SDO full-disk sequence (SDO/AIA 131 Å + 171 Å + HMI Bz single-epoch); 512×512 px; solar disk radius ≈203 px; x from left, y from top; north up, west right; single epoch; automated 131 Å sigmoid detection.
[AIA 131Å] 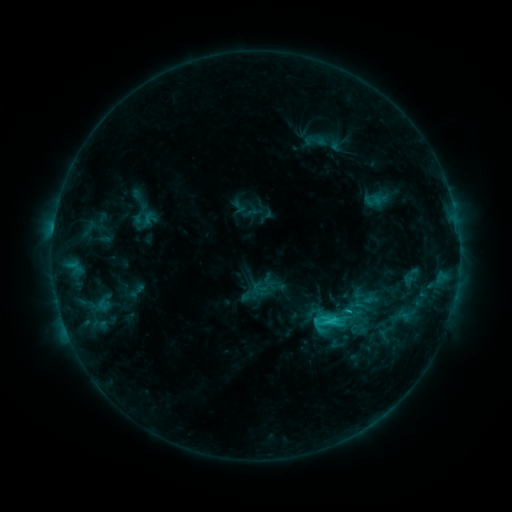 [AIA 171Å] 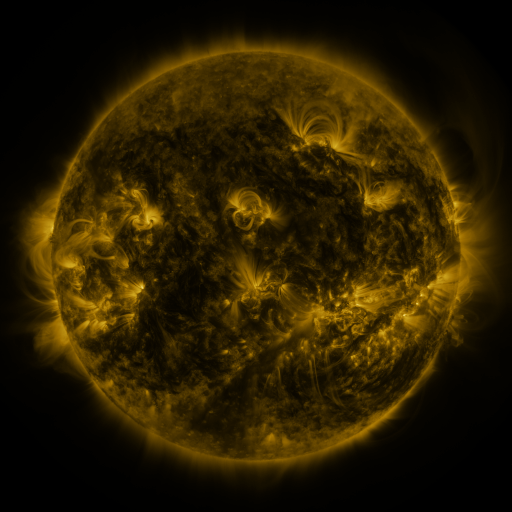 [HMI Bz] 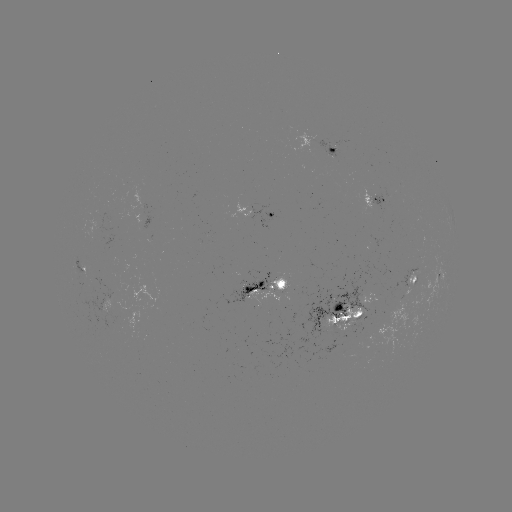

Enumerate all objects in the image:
sigmoid: (316, 141)
sigmoid: (325, 322)
